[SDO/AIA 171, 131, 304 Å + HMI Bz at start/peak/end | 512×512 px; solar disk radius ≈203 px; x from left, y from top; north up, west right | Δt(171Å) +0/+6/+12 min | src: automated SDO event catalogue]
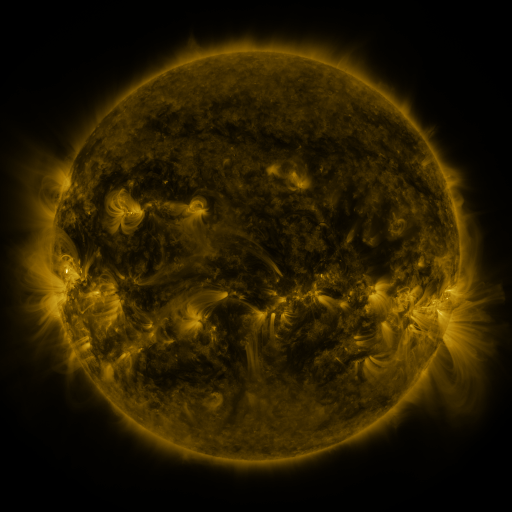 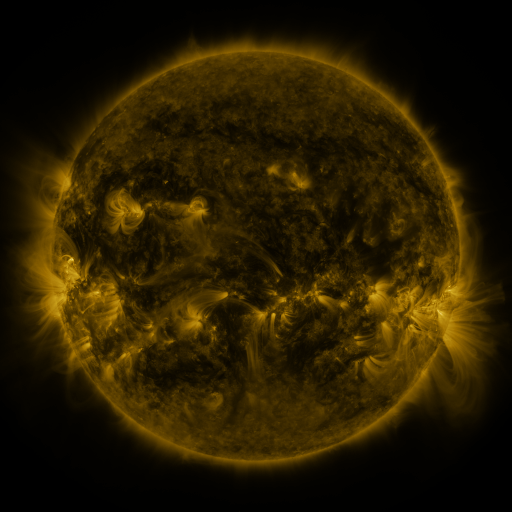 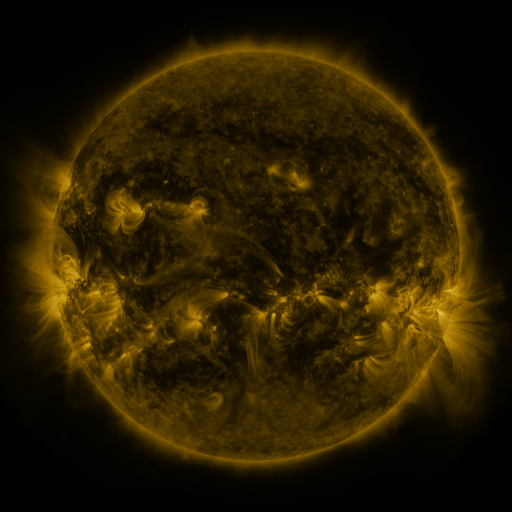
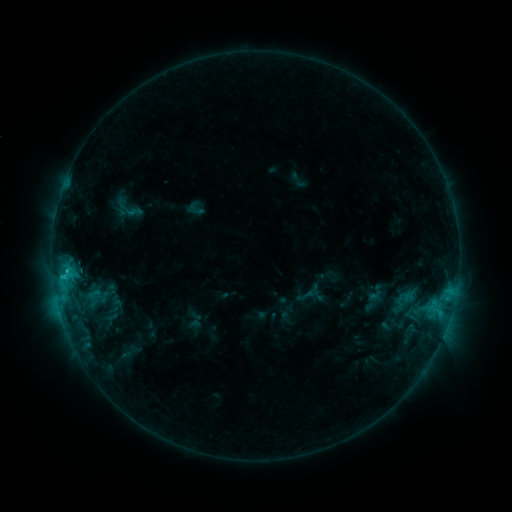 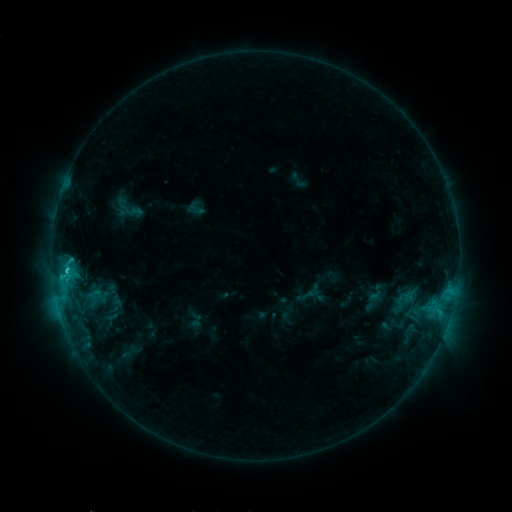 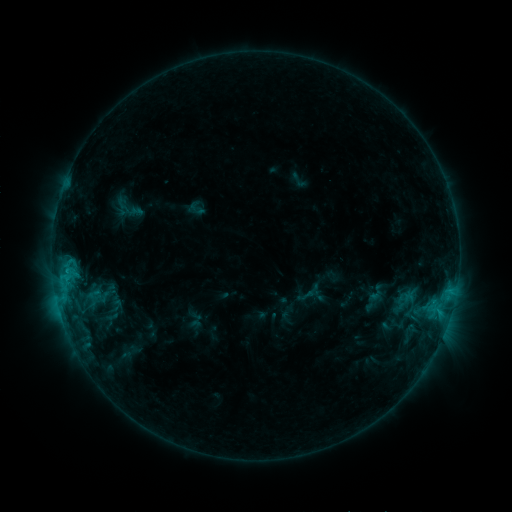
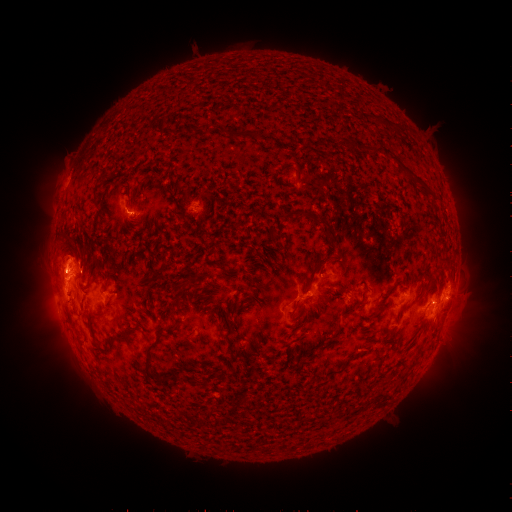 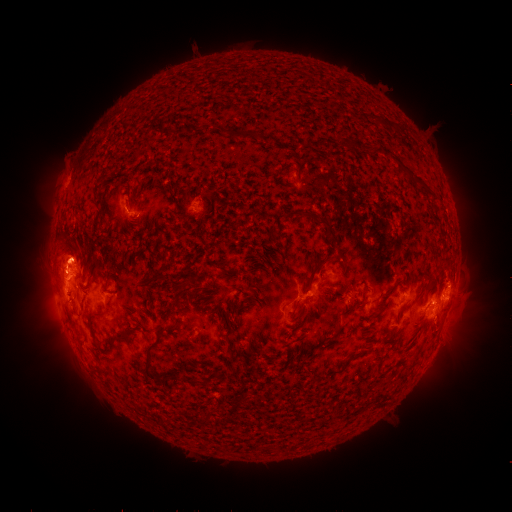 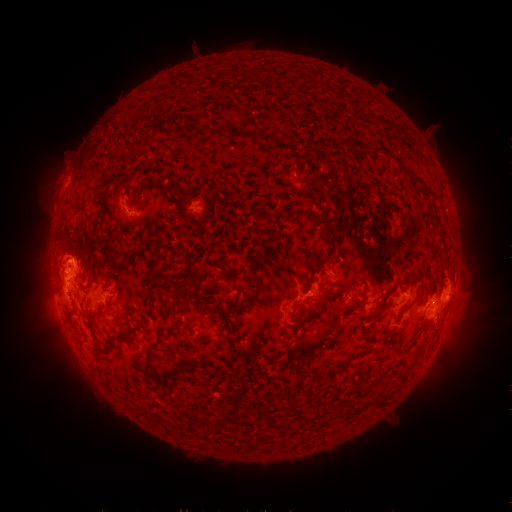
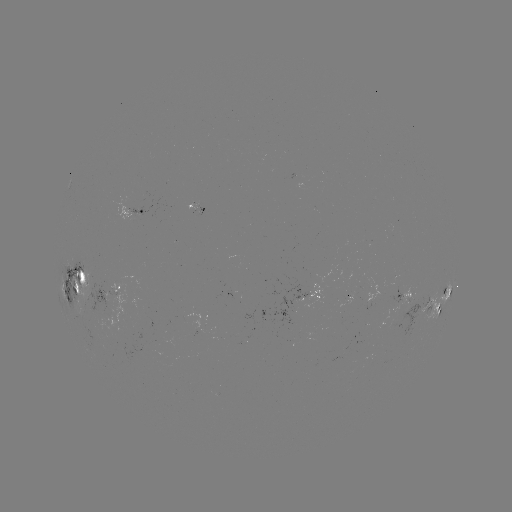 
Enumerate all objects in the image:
eruption: (70, 254)
